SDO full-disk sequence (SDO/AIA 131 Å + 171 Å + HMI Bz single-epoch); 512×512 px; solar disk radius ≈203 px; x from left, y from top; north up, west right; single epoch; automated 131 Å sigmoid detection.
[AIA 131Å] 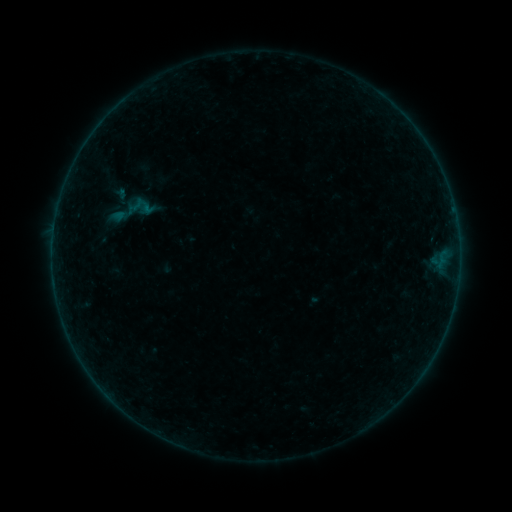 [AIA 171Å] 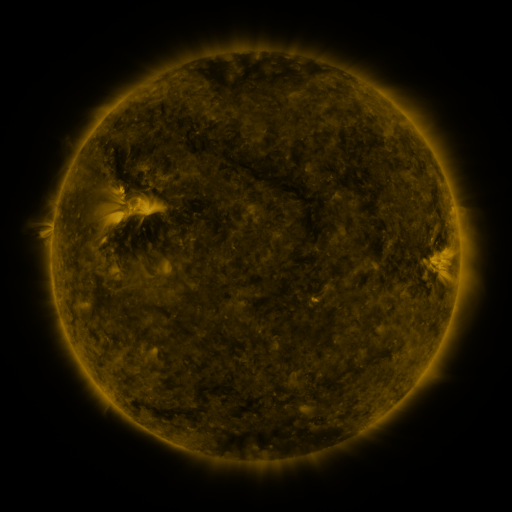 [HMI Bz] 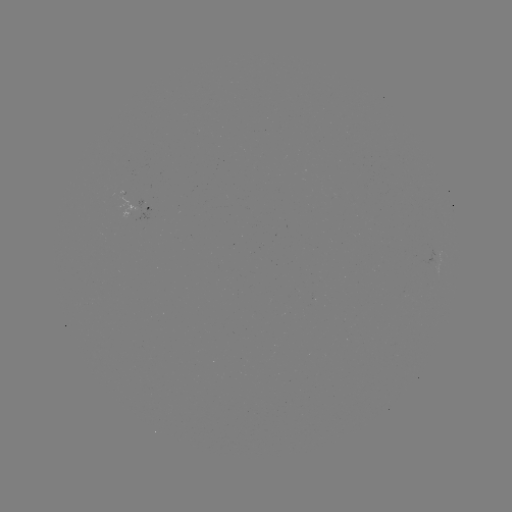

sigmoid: [102, 183, 158, 239]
